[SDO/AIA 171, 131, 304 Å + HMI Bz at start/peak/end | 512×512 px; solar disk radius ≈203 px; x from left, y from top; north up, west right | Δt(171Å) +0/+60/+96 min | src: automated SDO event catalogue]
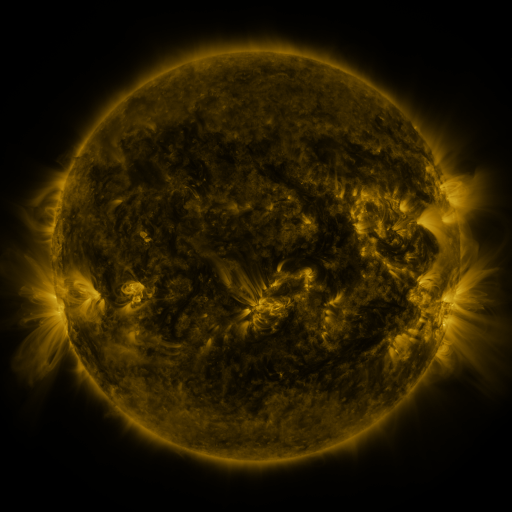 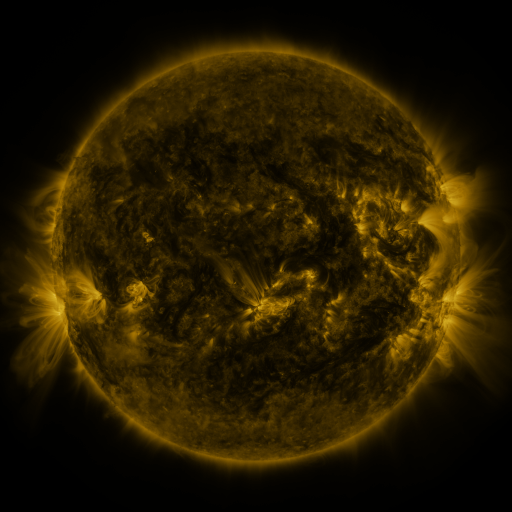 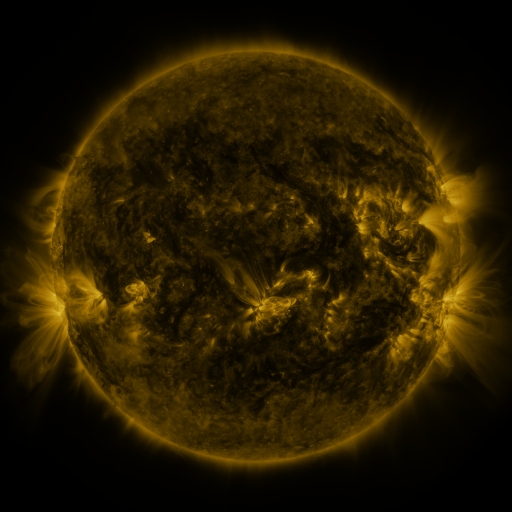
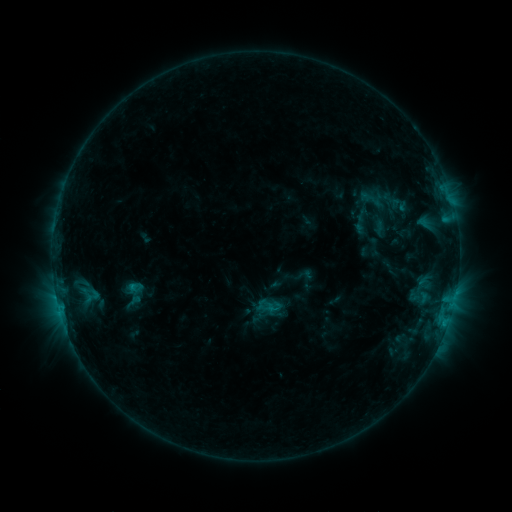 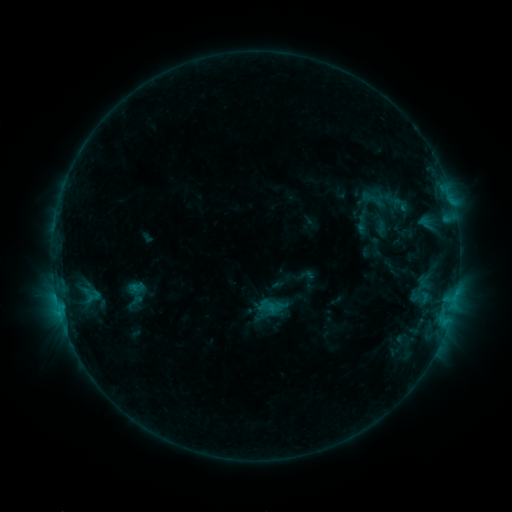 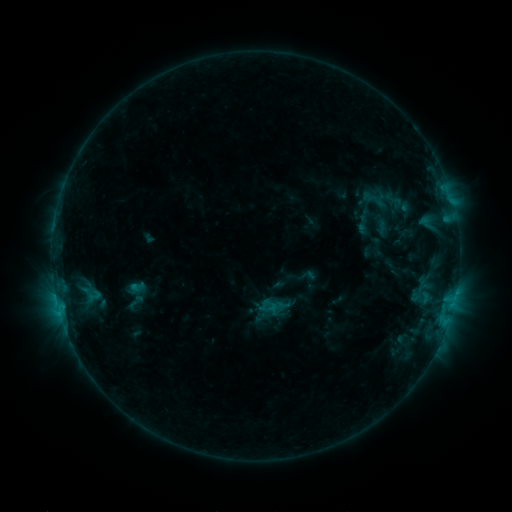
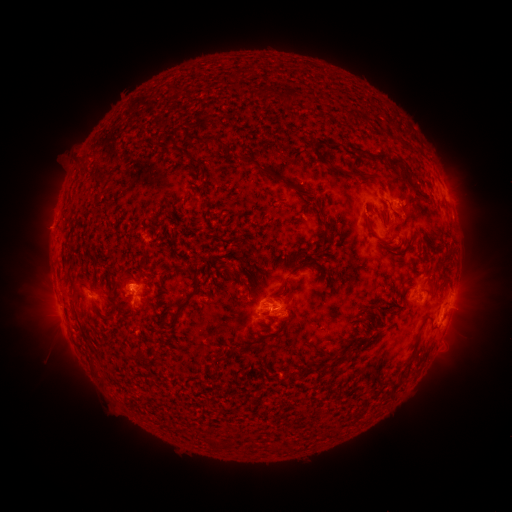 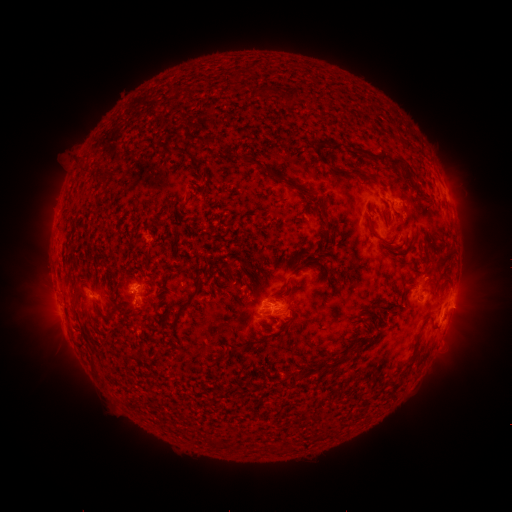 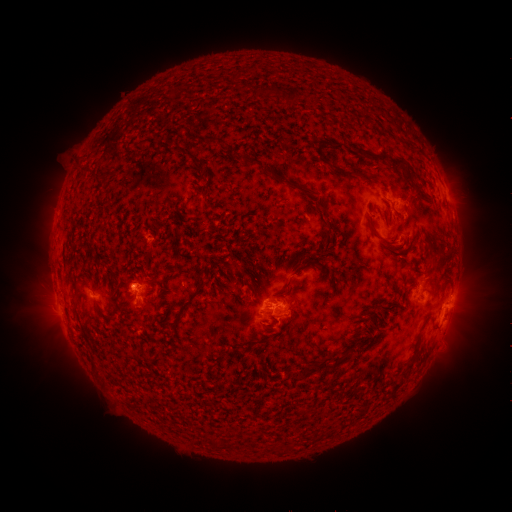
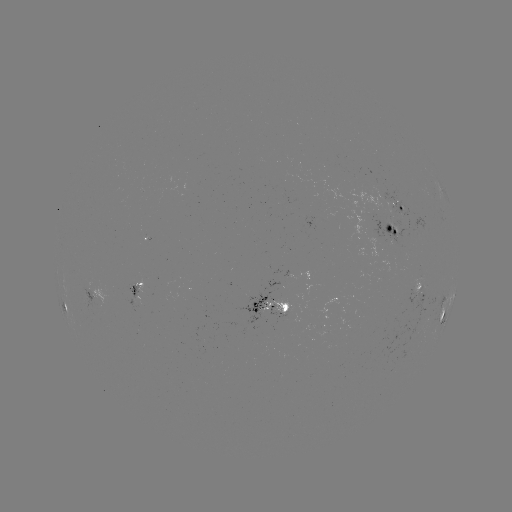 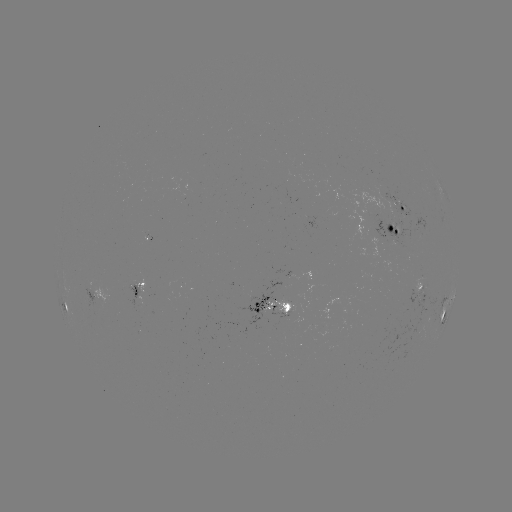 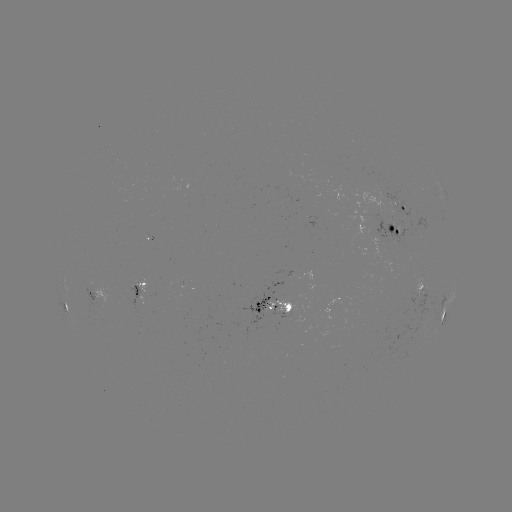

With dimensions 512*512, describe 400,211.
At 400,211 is emerging-flux region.